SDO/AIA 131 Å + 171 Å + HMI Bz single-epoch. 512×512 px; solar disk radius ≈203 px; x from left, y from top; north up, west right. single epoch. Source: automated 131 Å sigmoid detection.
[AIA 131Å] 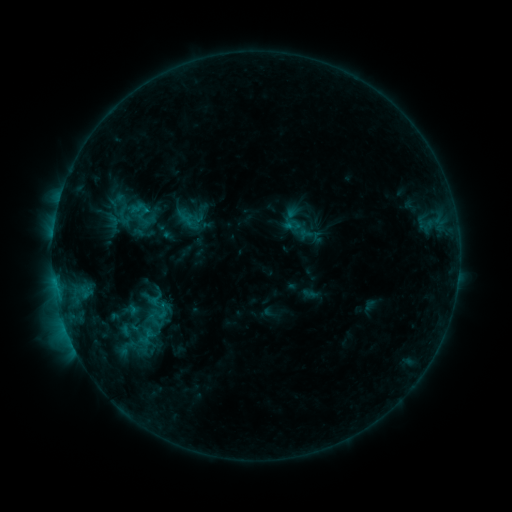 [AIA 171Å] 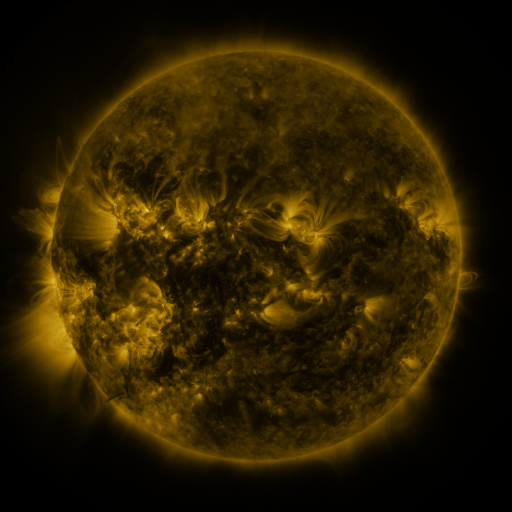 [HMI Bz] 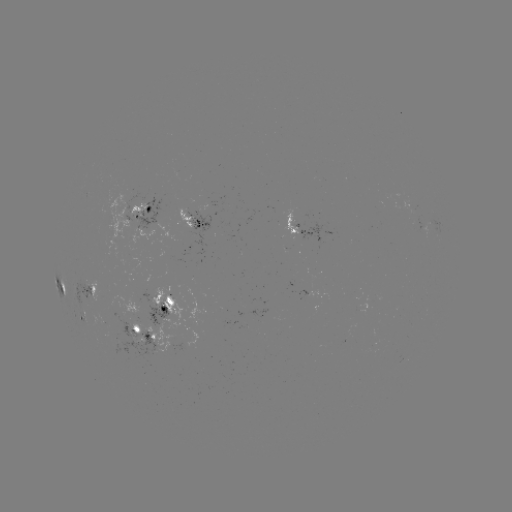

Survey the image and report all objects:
sigmoid: <bbox>114, 205, 135, 227</bbox>
